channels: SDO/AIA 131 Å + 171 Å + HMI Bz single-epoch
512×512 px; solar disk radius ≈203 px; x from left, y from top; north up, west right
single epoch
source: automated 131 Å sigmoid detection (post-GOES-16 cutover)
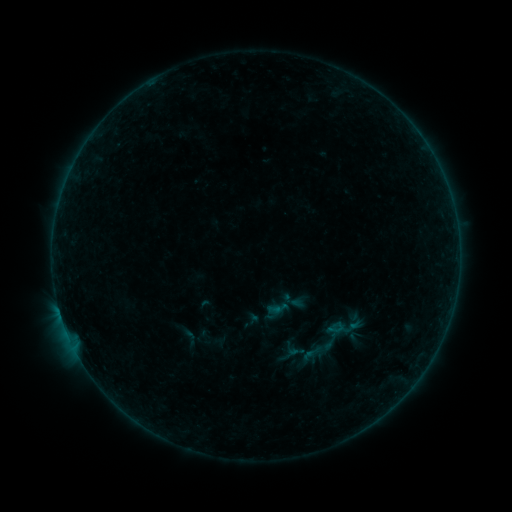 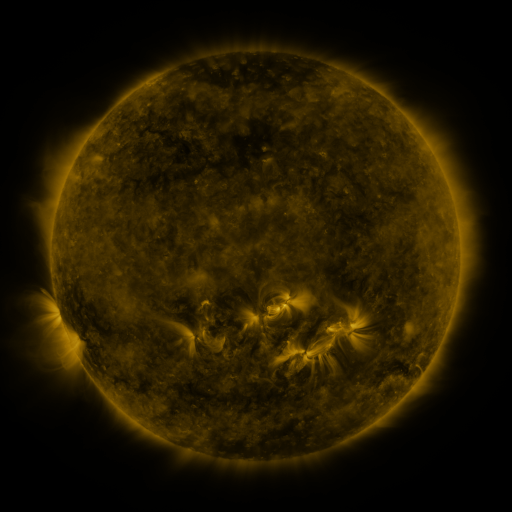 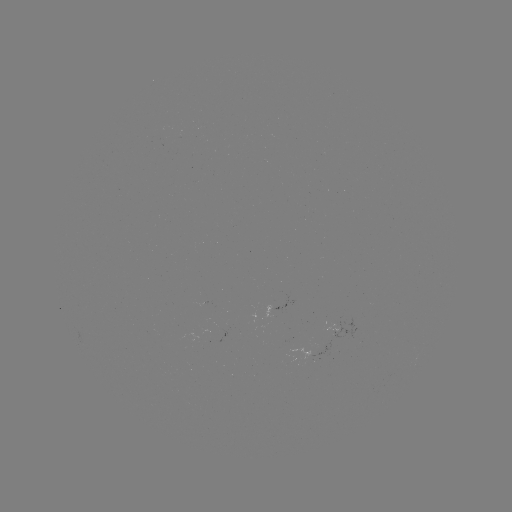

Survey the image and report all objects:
sigmoid: (337, 328)
sigmoid: (190, 337)
